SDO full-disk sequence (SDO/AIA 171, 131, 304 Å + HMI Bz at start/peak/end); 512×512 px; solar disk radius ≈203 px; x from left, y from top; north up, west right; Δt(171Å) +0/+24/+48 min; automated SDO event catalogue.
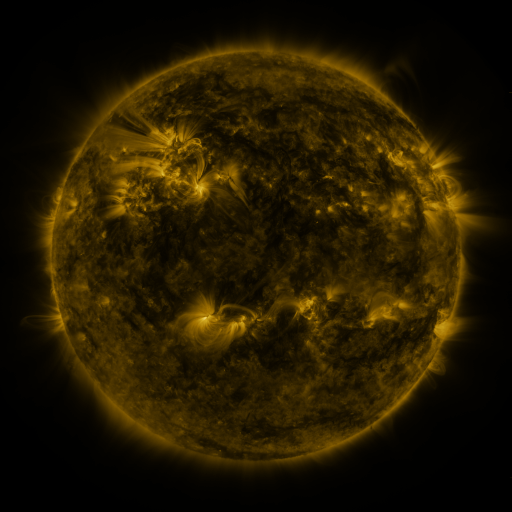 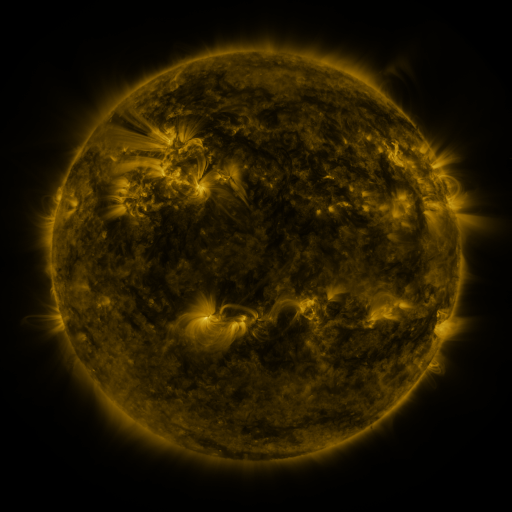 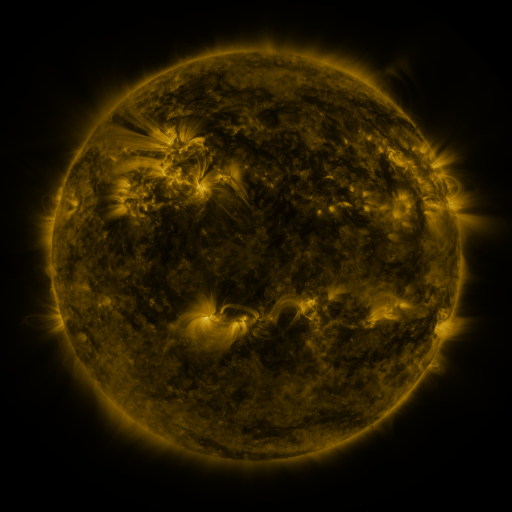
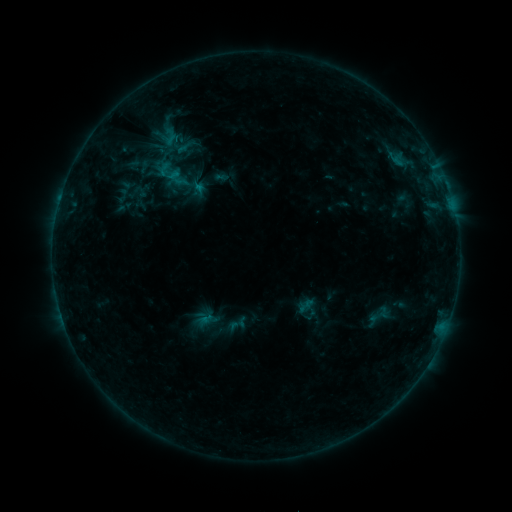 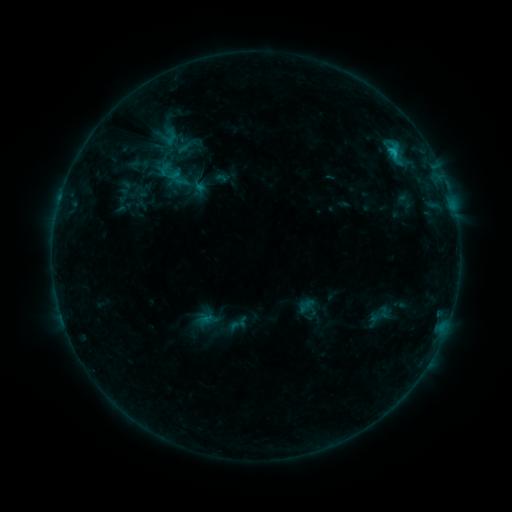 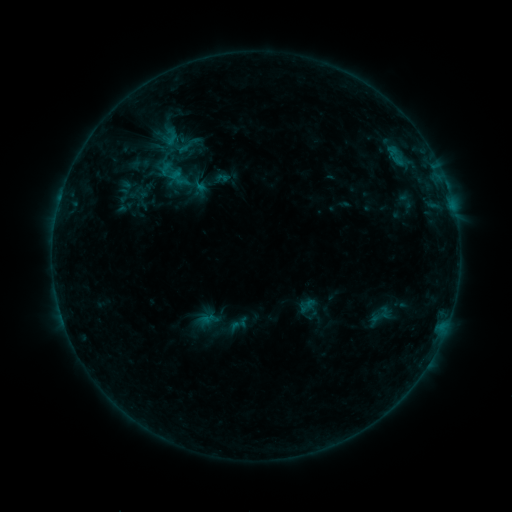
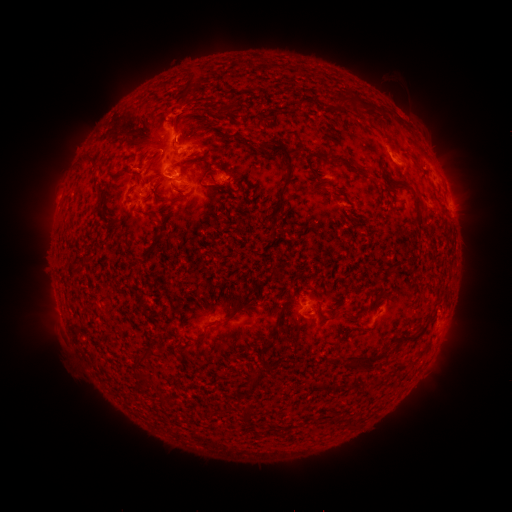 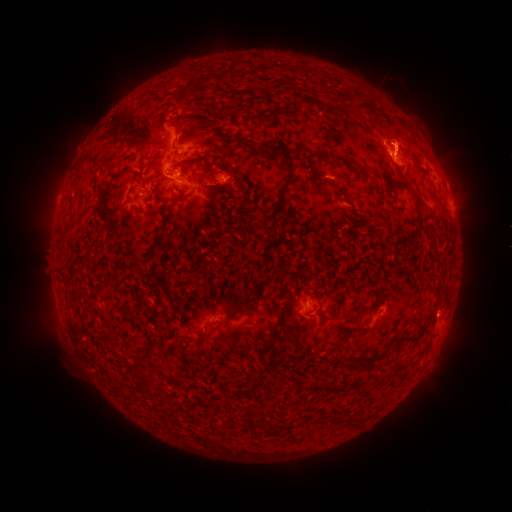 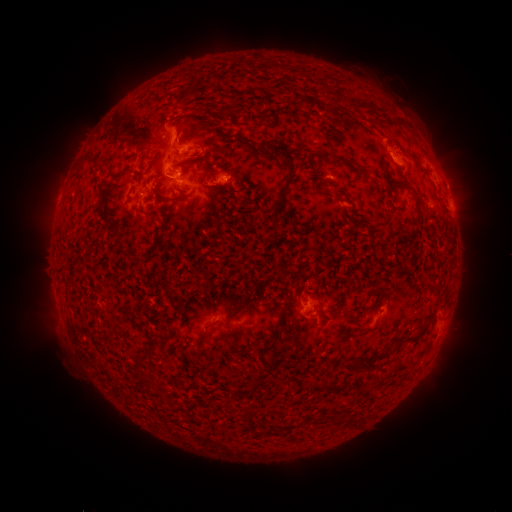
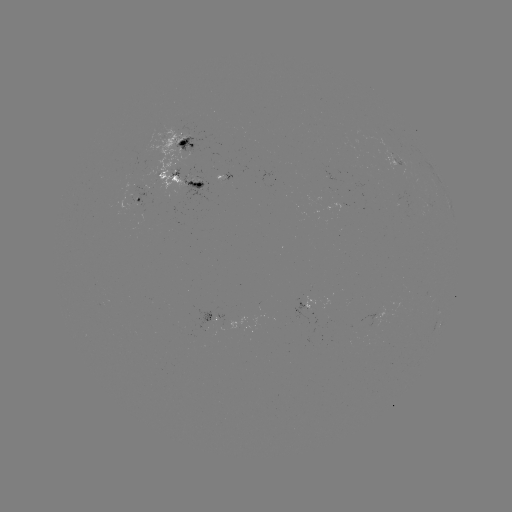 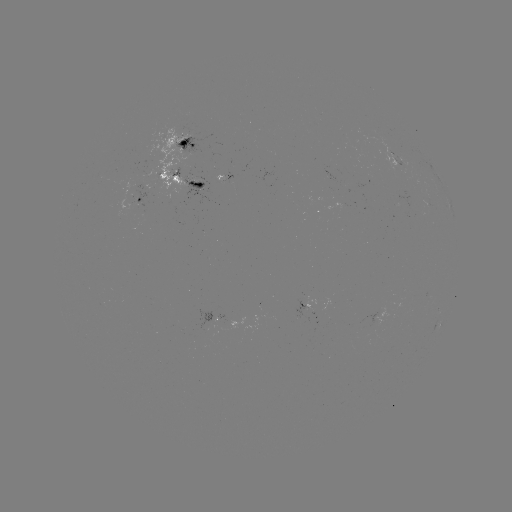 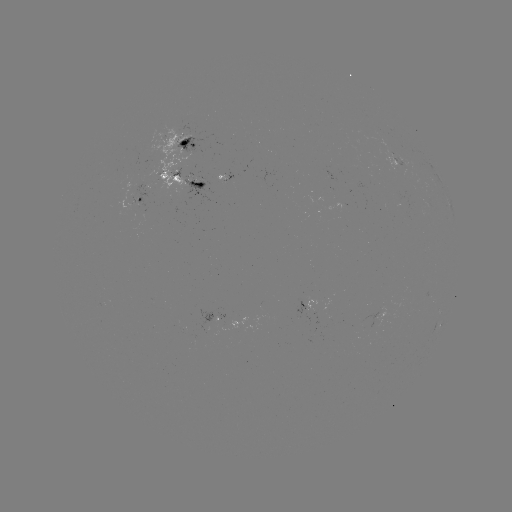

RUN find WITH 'eruption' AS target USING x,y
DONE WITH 393,129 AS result